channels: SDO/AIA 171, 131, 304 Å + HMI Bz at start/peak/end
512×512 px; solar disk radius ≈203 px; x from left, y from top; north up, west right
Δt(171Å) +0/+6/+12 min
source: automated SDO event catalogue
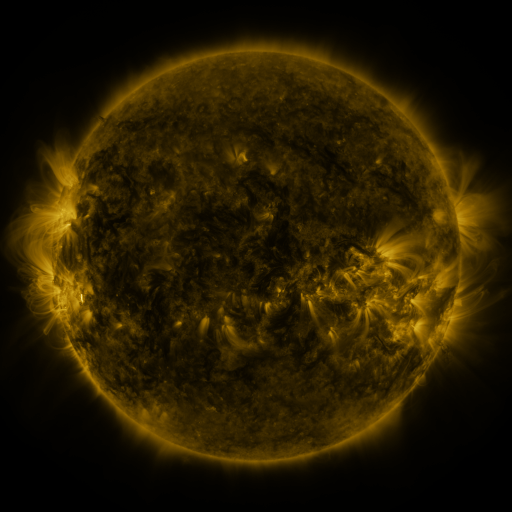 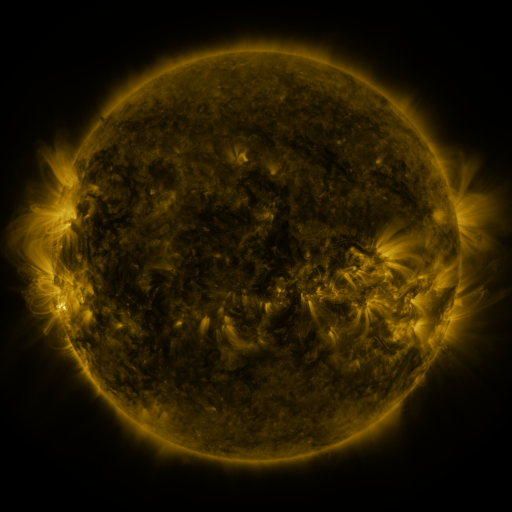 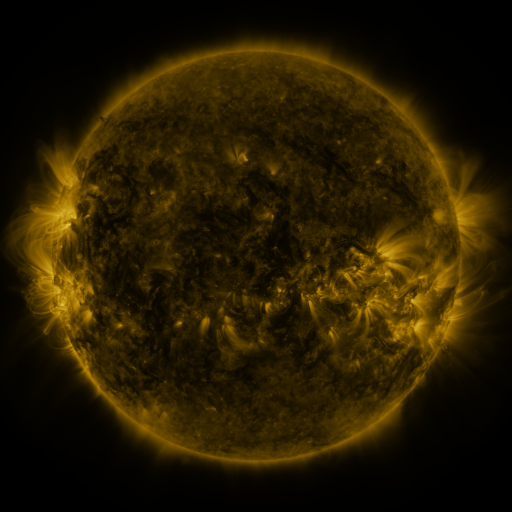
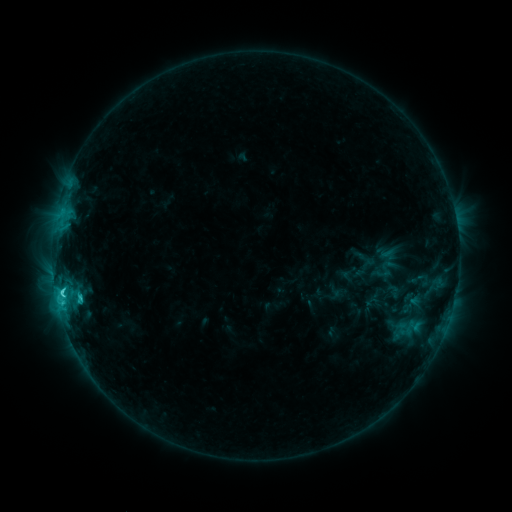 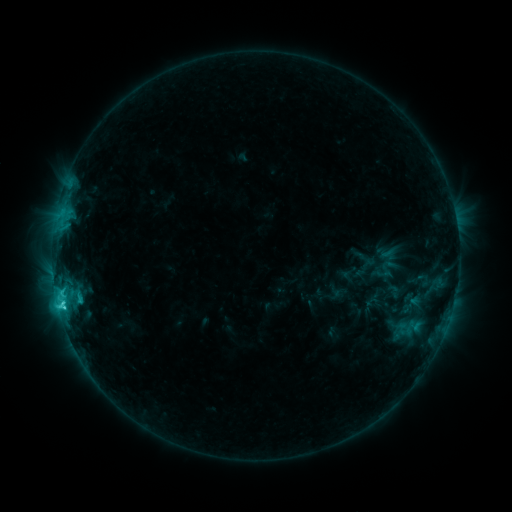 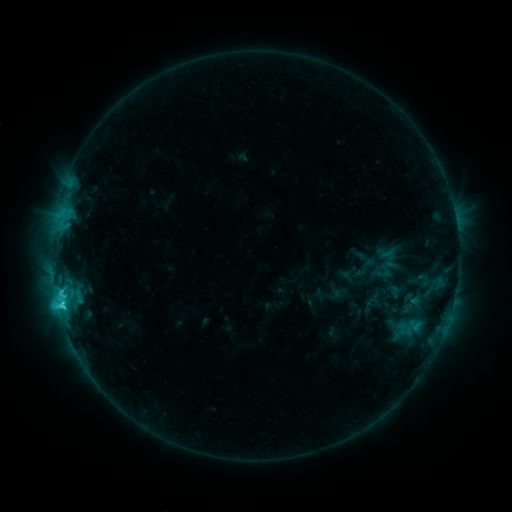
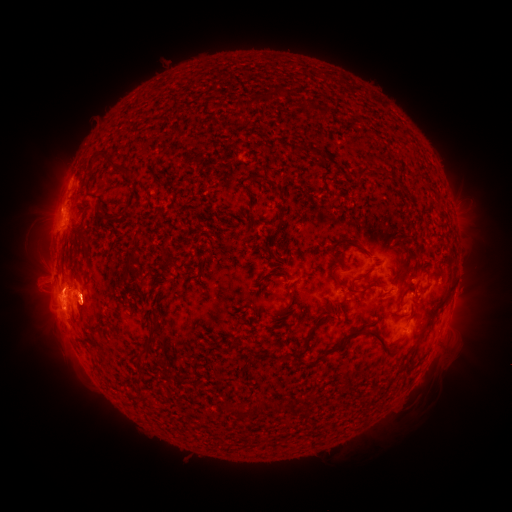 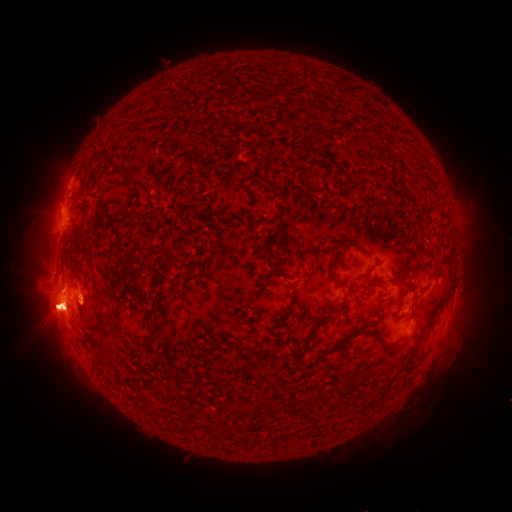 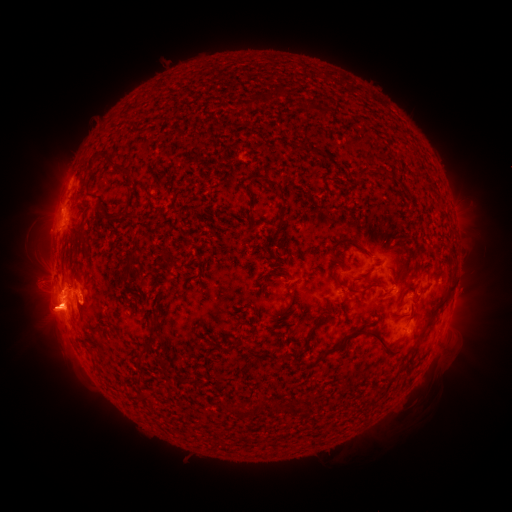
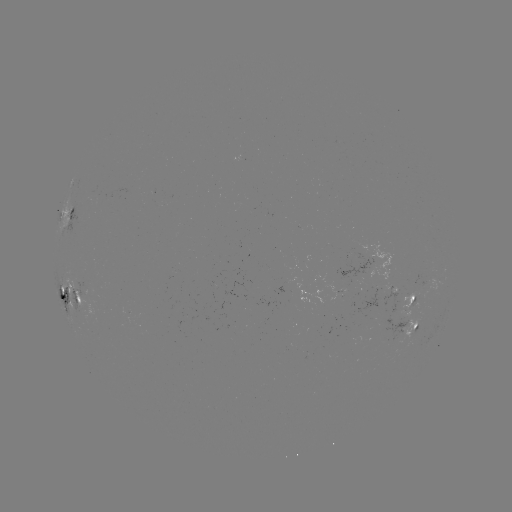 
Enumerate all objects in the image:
eruption: (44, 268)
